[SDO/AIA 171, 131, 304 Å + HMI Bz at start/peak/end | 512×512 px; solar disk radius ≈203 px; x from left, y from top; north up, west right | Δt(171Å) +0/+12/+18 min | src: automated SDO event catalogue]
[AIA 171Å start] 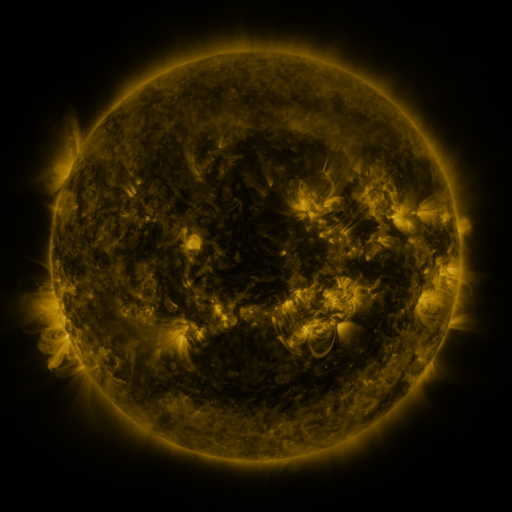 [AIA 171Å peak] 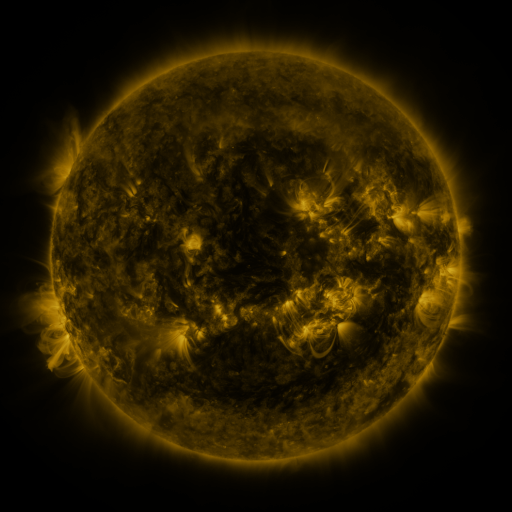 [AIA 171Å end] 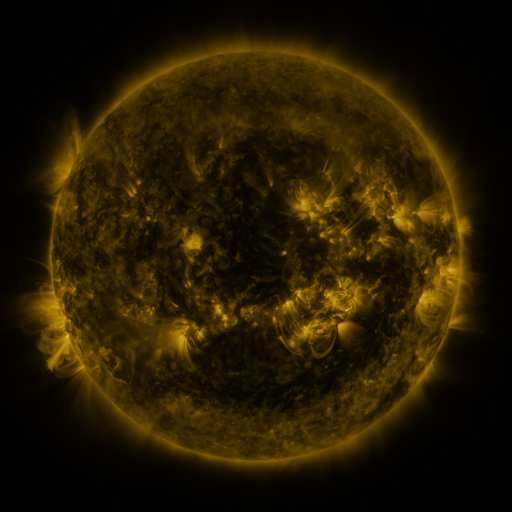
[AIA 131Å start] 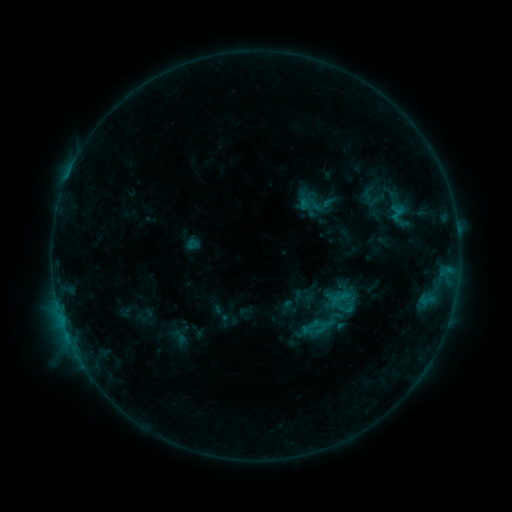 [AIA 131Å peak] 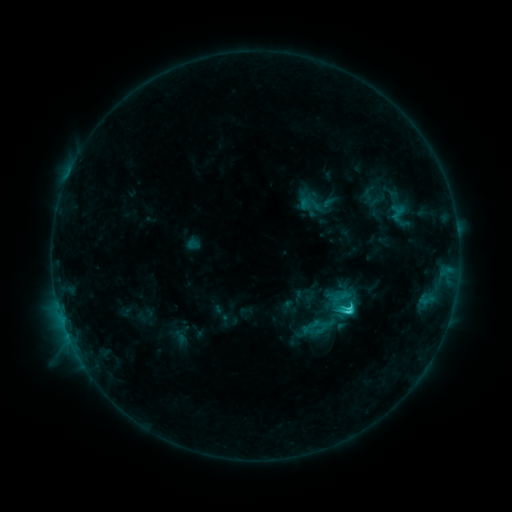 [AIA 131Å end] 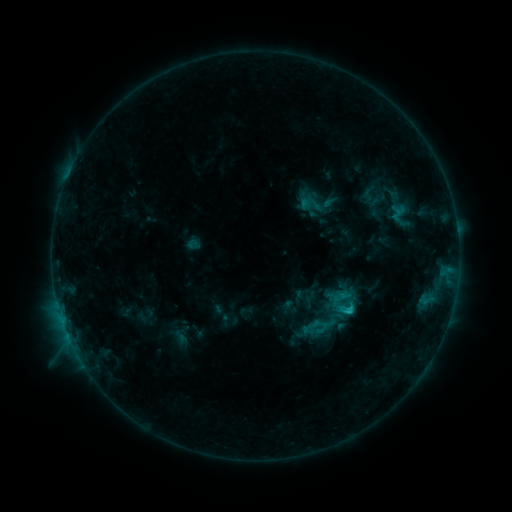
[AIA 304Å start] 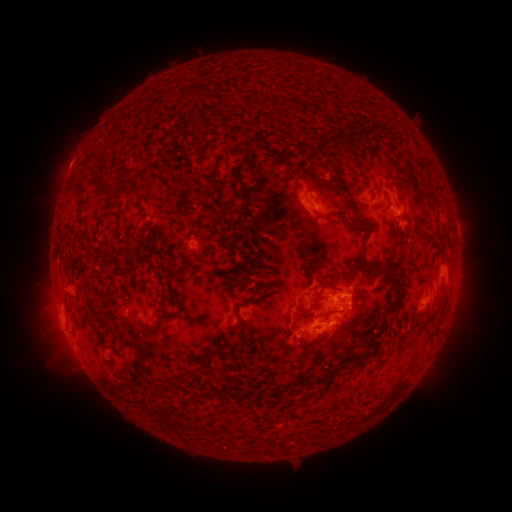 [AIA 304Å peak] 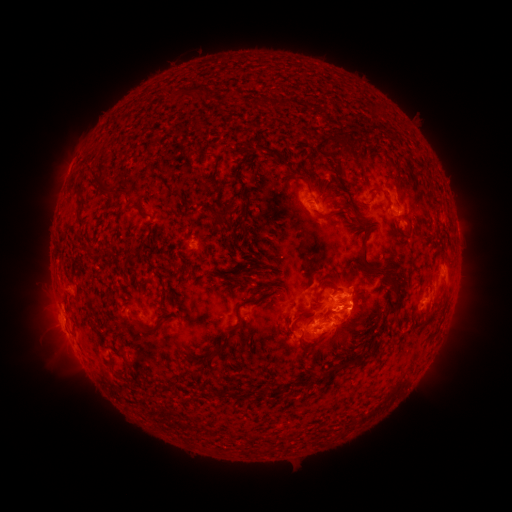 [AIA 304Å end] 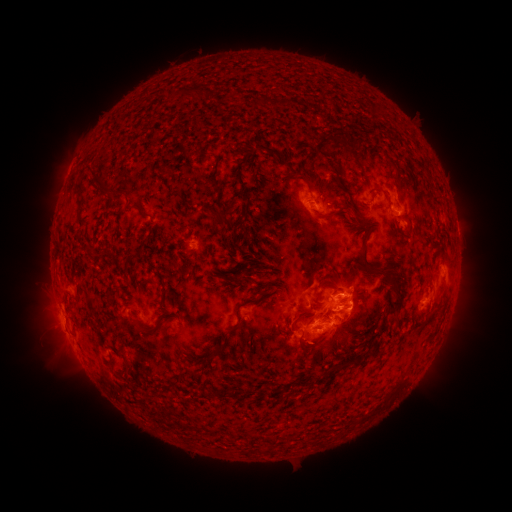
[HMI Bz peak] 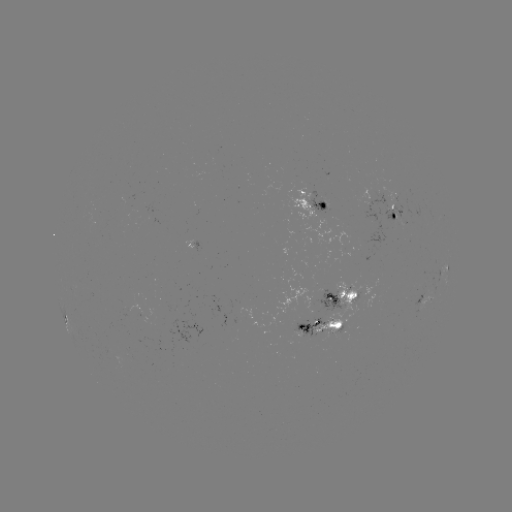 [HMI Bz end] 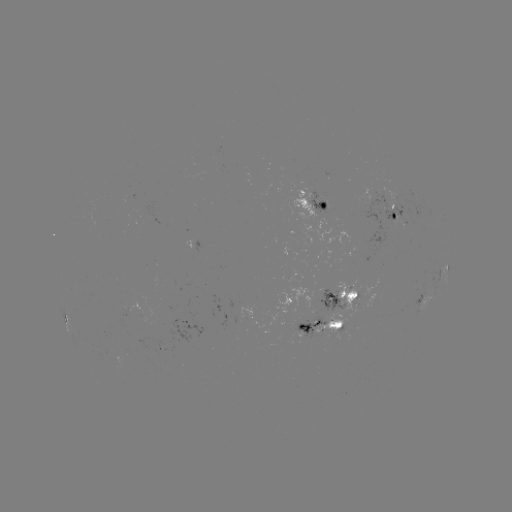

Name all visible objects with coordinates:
C2.4 flare: (345, 310)
